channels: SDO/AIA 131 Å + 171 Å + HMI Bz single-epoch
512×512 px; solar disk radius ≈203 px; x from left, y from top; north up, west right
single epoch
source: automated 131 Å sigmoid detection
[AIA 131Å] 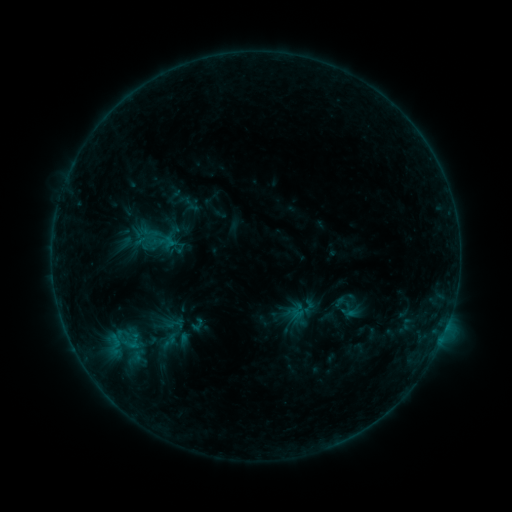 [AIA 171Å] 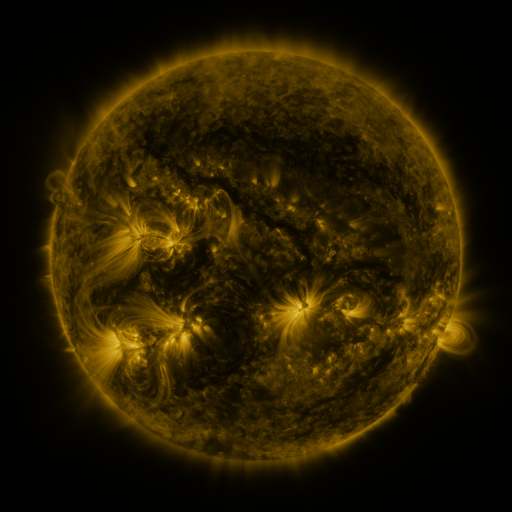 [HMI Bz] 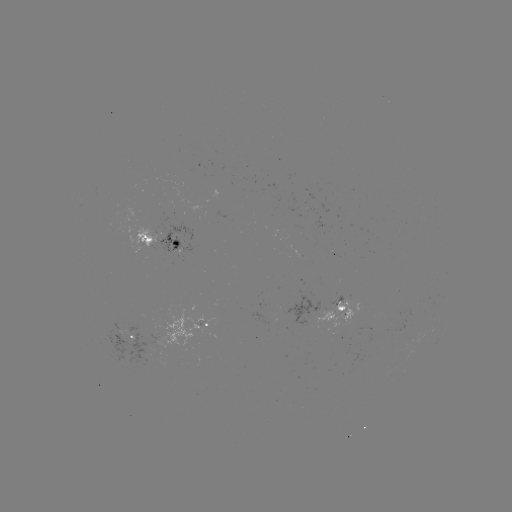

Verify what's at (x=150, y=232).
sigmoid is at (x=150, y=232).